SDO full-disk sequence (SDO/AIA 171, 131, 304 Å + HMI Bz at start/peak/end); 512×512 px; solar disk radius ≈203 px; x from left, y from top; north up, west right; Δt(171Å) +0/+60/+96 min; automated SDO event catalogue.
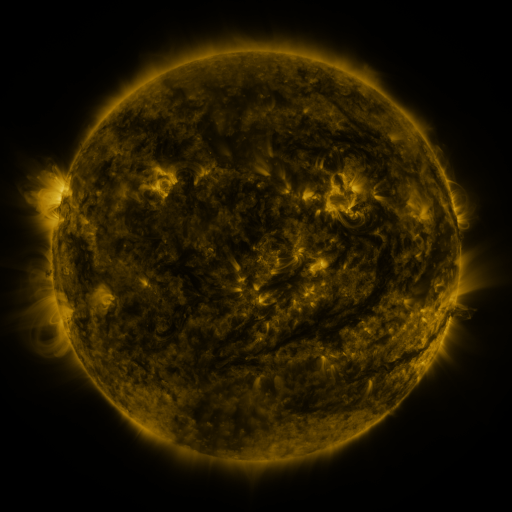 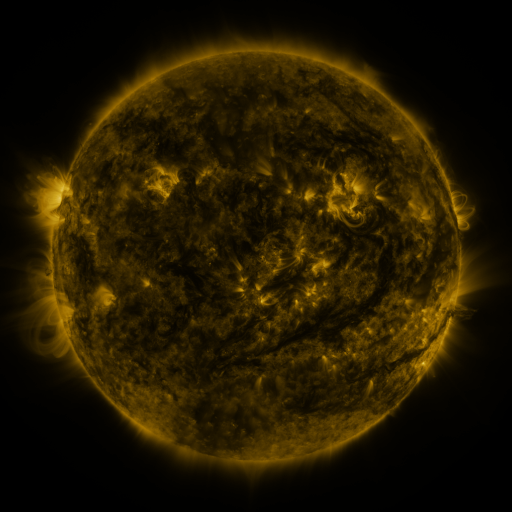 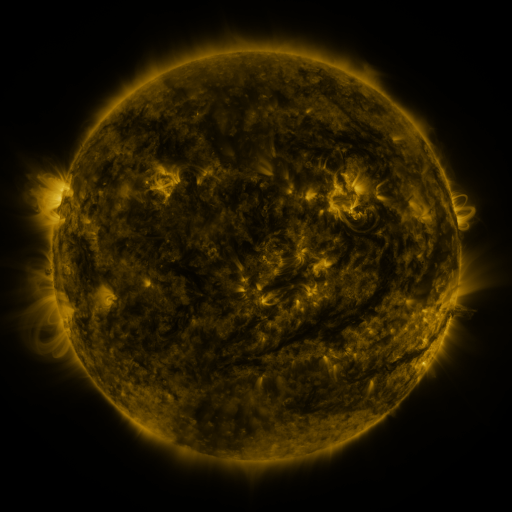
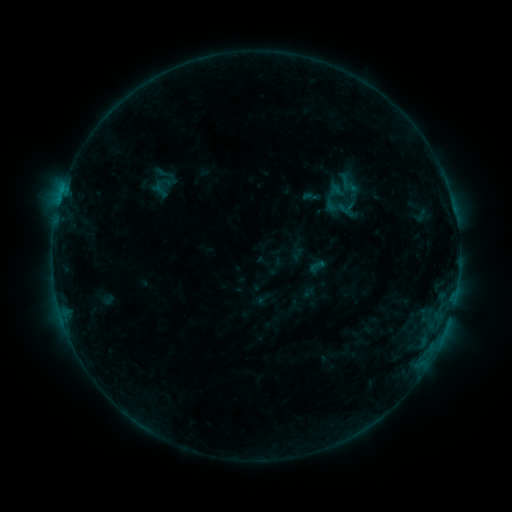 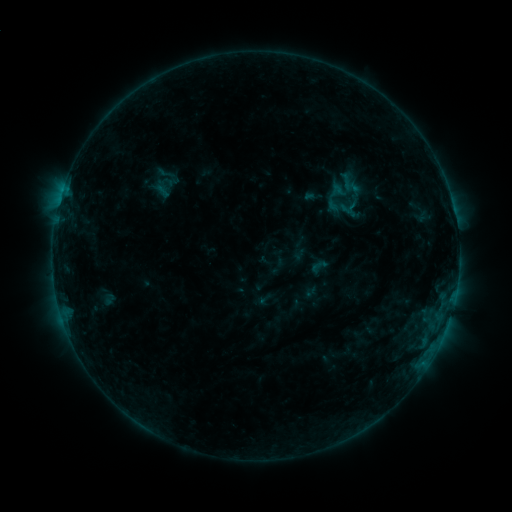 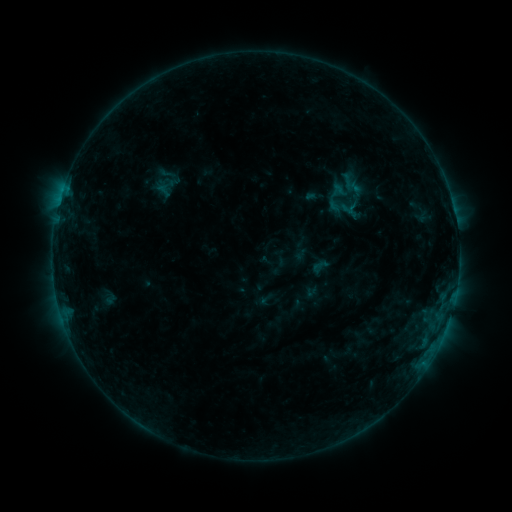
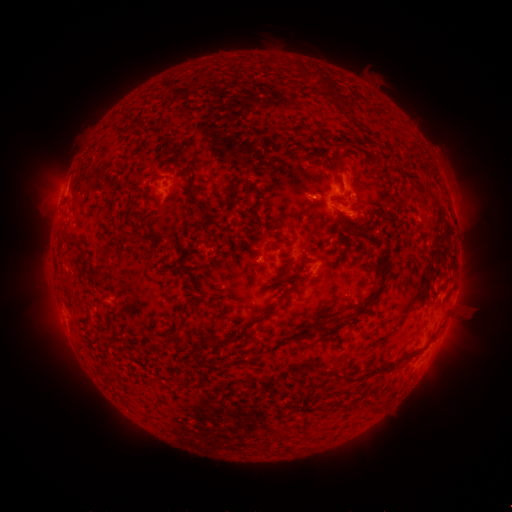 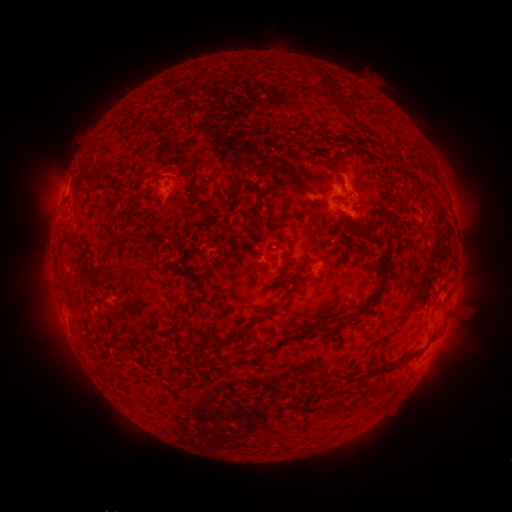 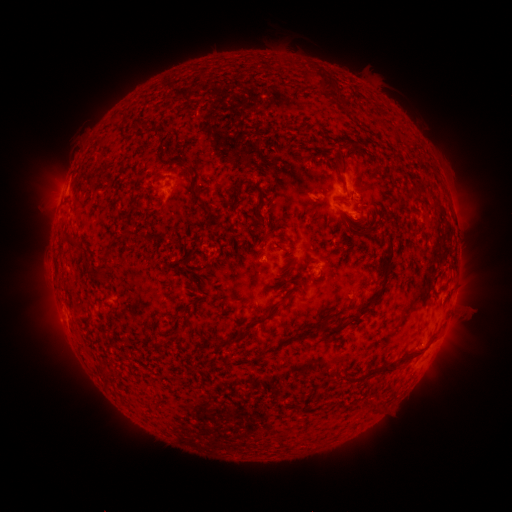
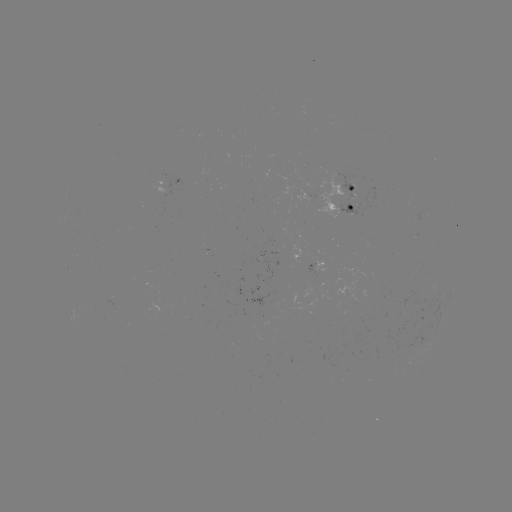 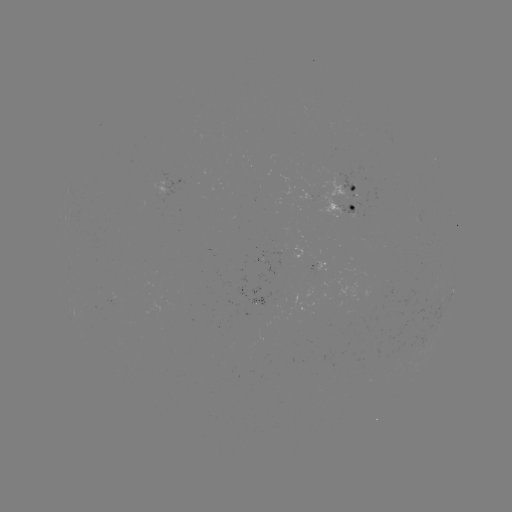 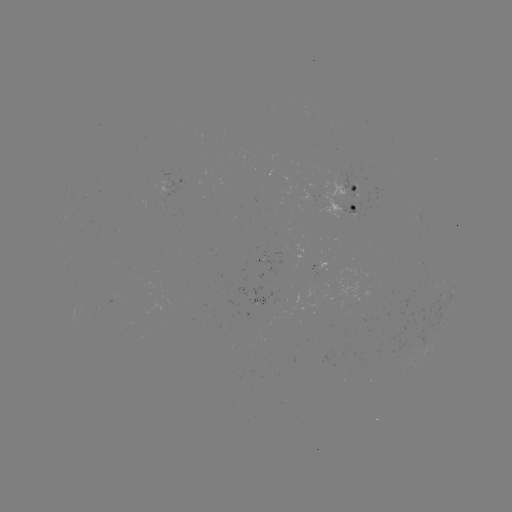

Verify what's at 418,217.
emerging-flux region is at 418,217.